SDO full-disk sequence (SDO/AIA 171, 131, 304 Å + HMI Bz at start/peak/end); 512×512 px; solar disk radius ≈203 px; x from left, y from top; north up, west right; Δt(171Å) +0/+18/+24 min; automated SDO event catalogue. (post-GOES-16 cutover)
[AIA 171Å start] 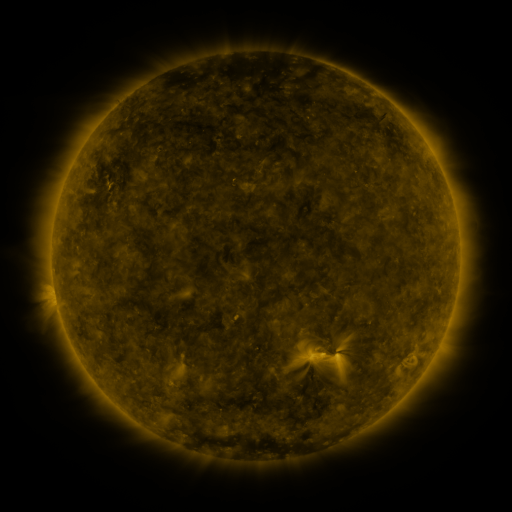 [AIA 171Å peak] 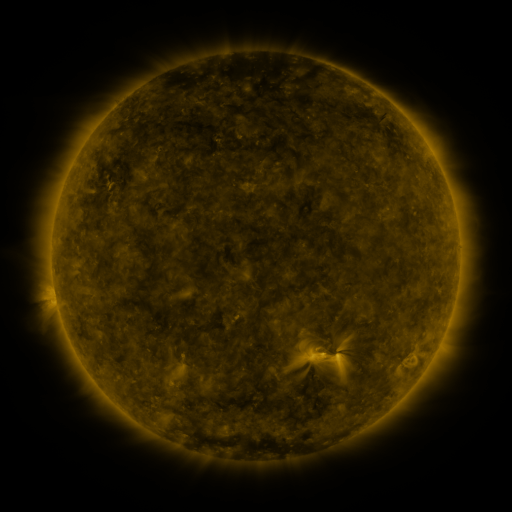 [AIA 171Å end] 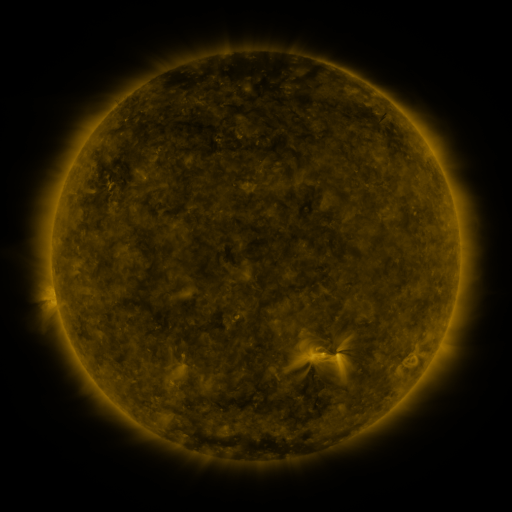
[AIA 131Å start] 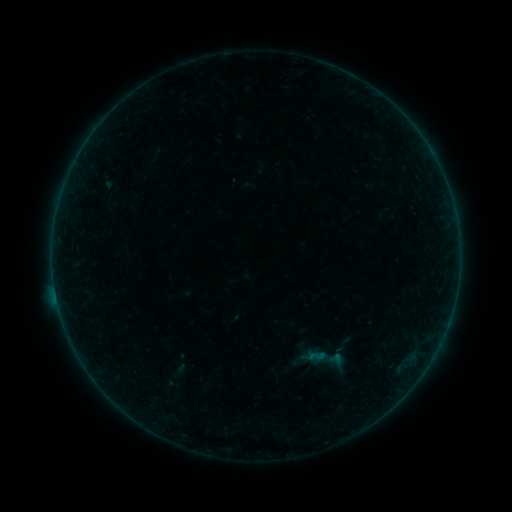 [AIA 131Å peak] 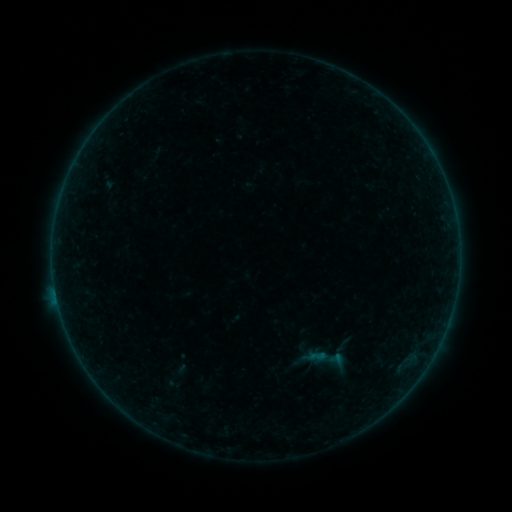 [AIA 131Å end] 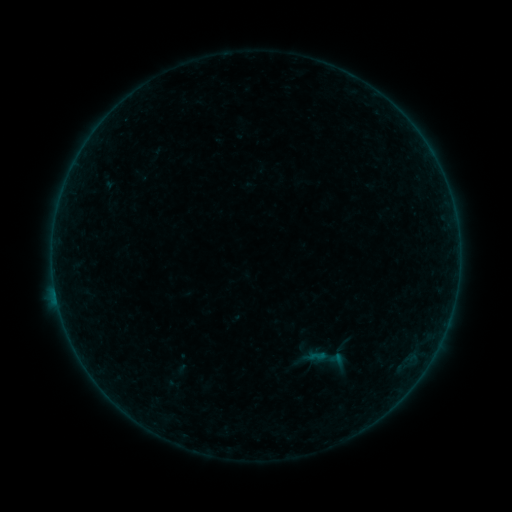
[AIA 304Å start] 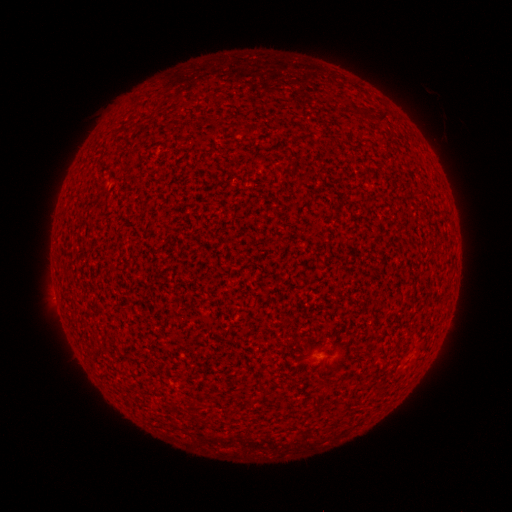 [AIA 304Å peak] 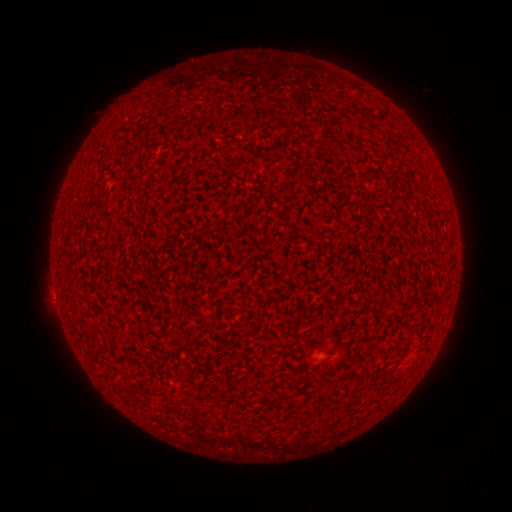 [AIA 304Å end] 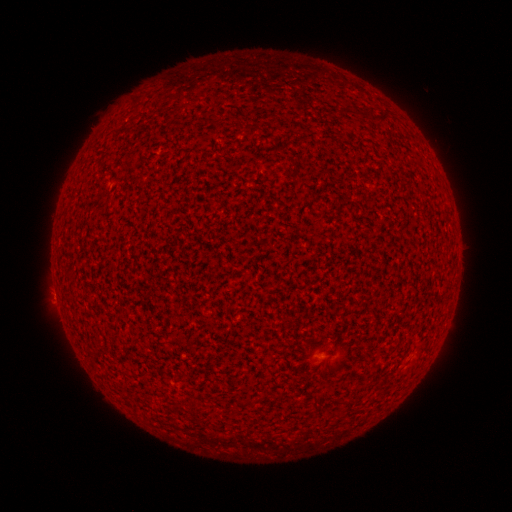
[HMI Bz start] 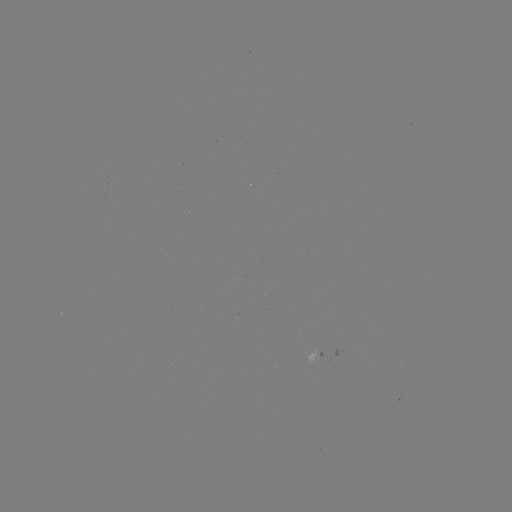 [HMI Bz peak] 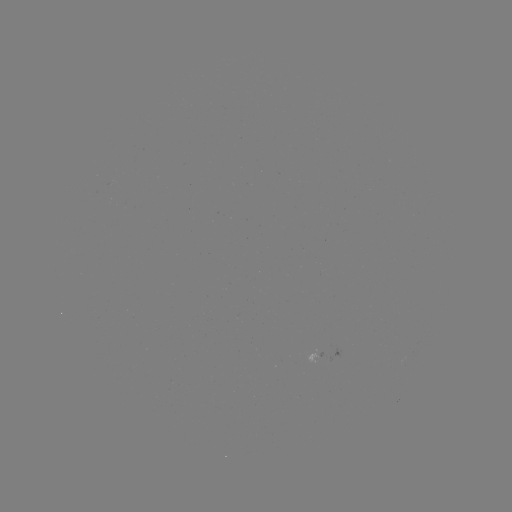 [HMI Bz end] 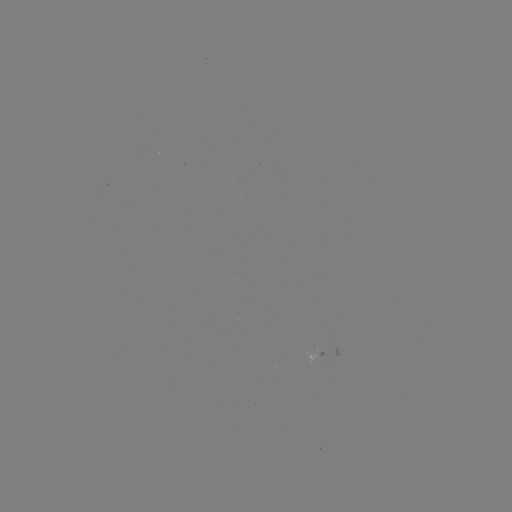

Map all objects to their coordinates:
A3.4 flare: (56, 291)
